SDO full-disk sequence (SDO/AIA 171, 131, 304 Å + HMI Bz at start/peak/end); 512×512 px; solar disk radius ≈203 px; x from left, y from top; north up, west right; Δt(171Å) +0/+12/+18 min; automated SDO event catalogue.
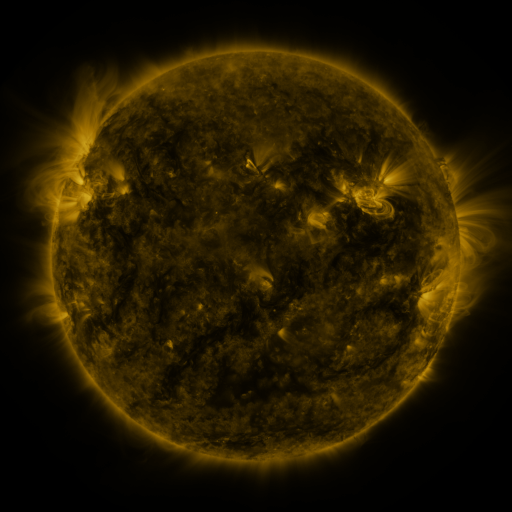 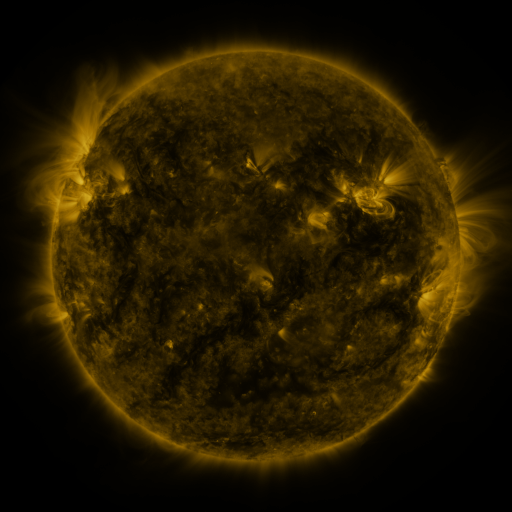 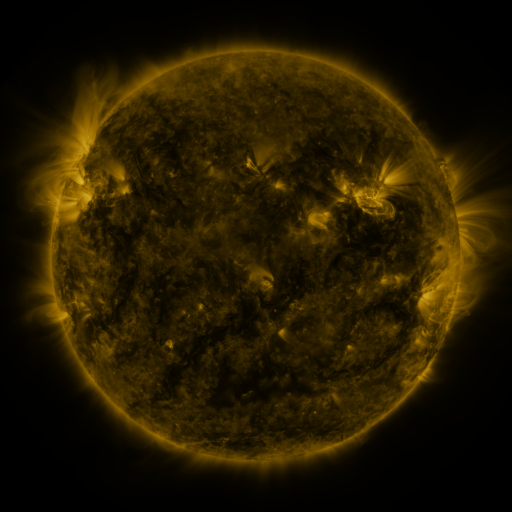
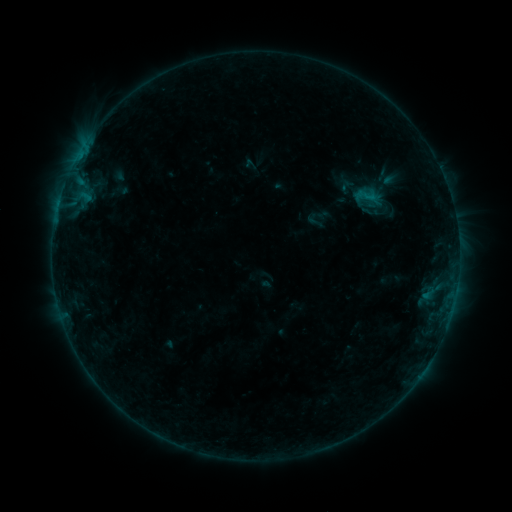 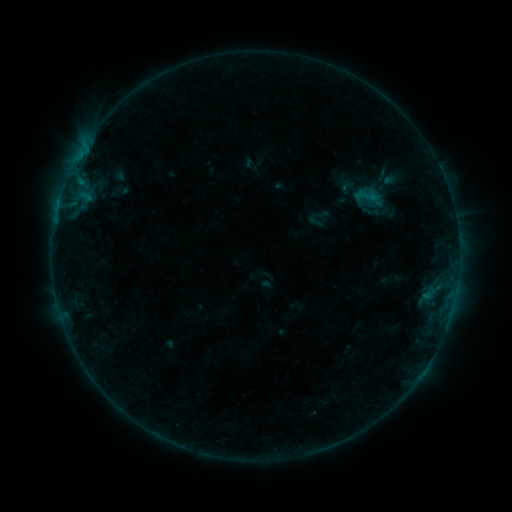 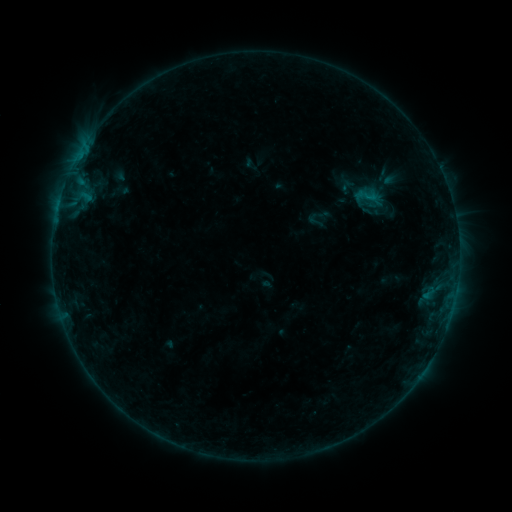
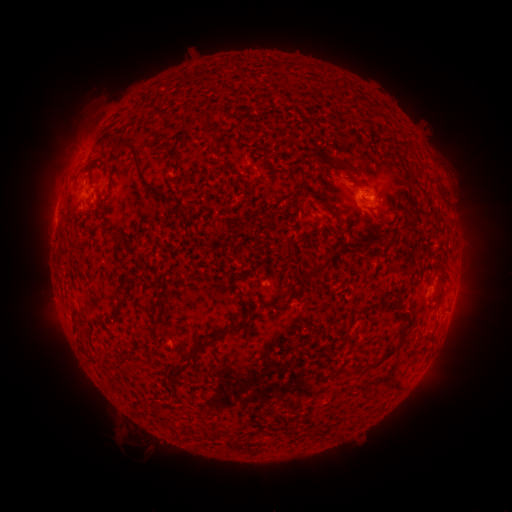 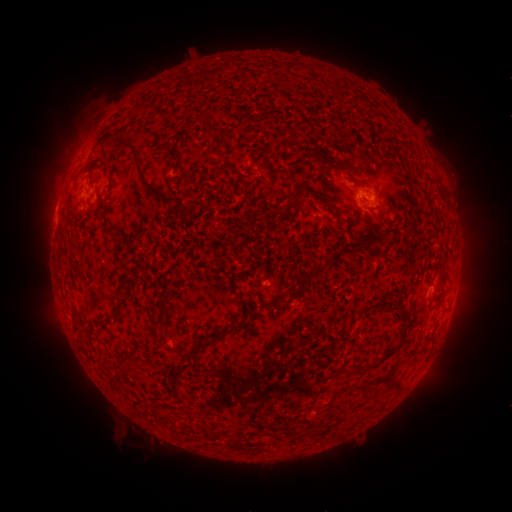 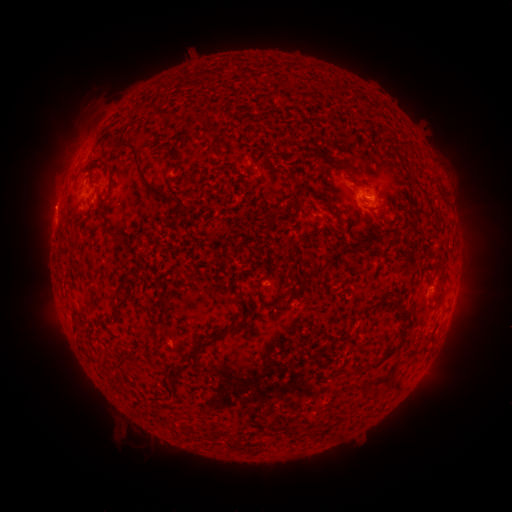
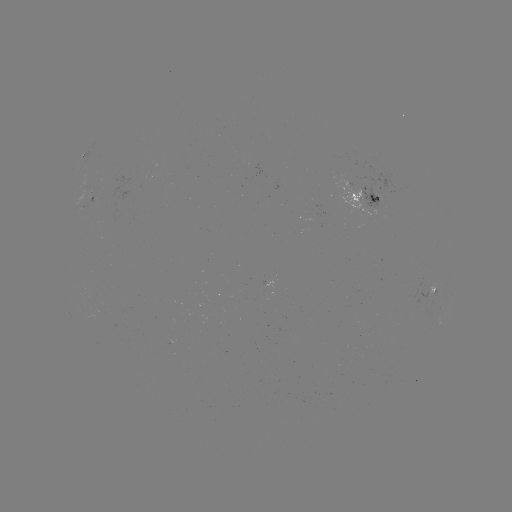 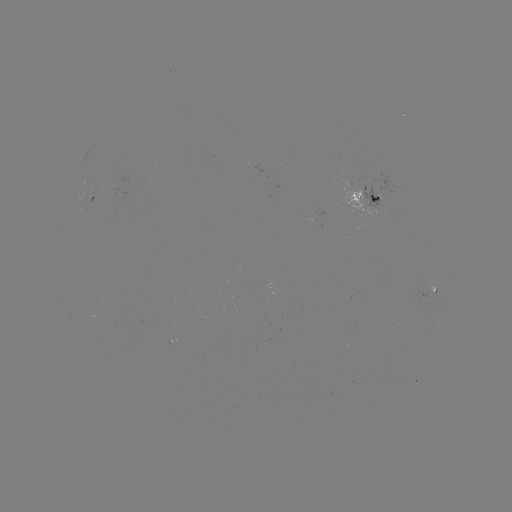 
no catalogued flare and no flagged EUV brightening in this window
